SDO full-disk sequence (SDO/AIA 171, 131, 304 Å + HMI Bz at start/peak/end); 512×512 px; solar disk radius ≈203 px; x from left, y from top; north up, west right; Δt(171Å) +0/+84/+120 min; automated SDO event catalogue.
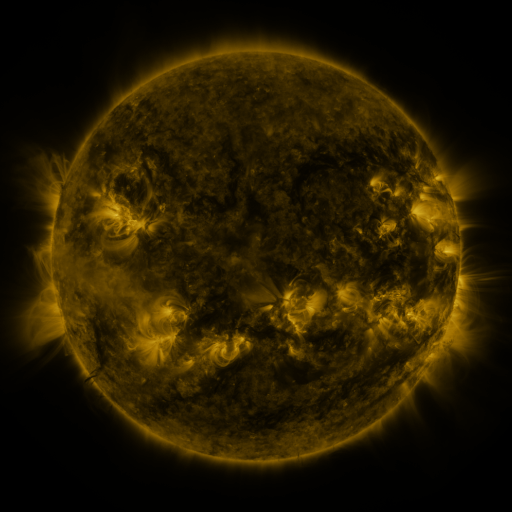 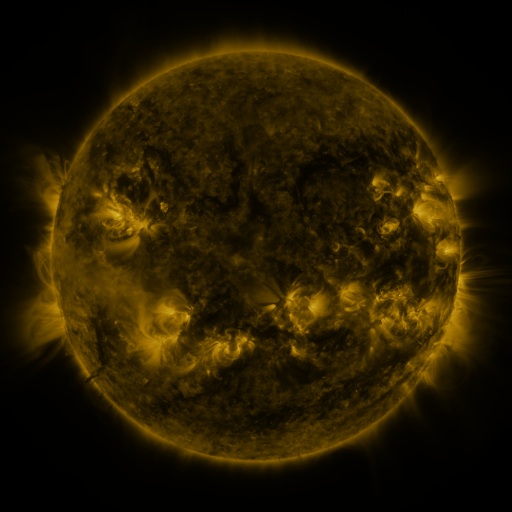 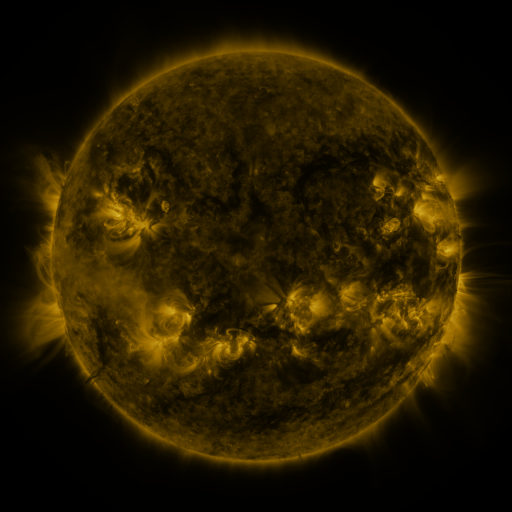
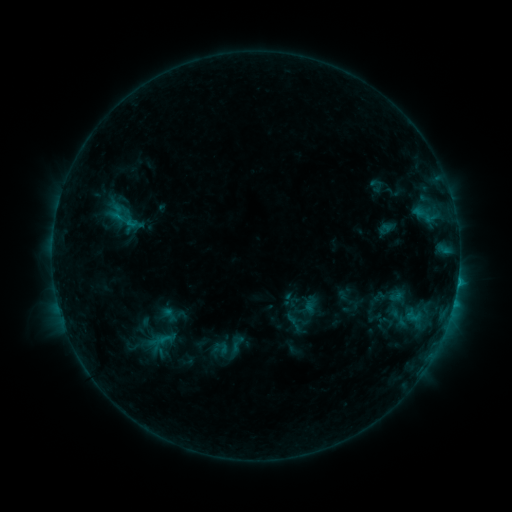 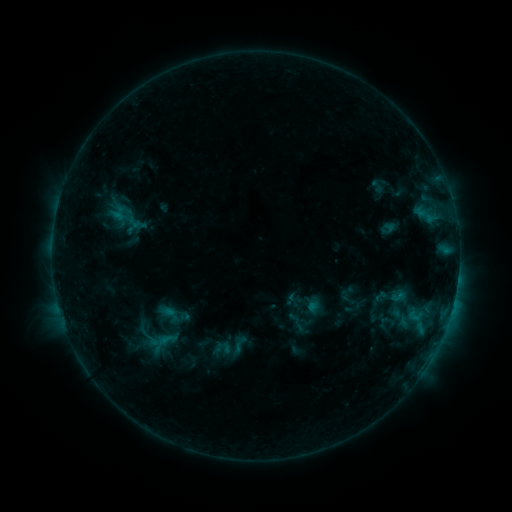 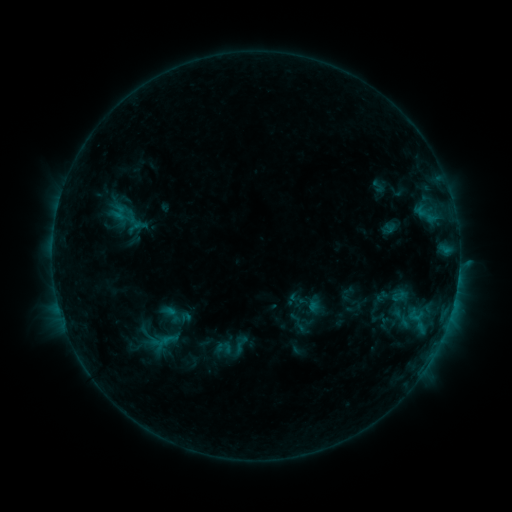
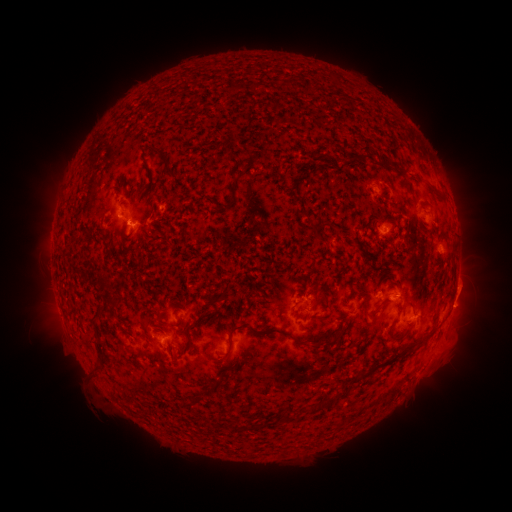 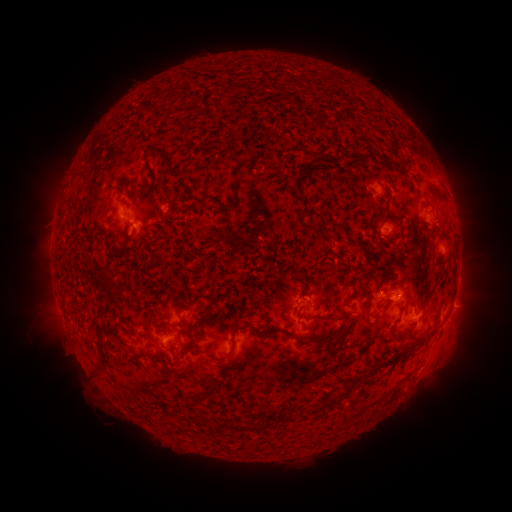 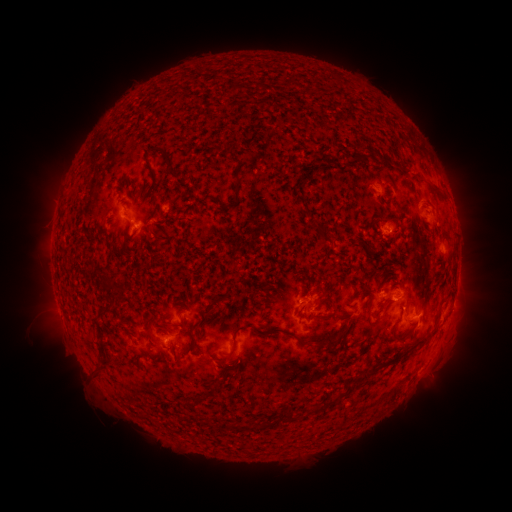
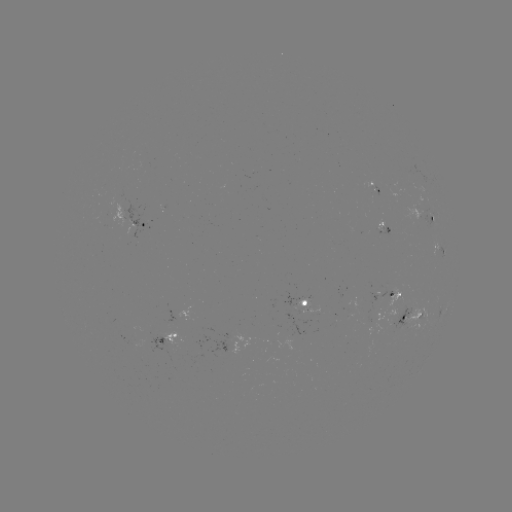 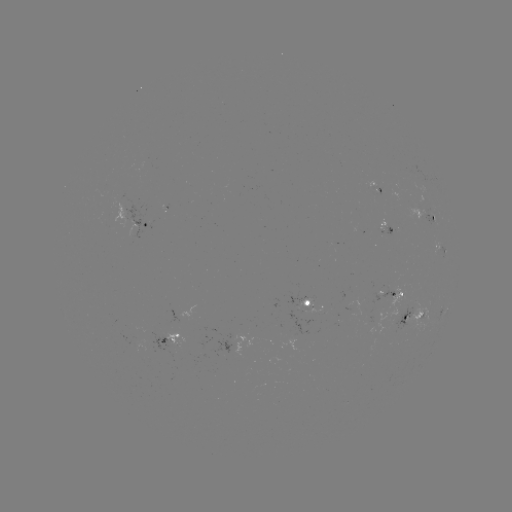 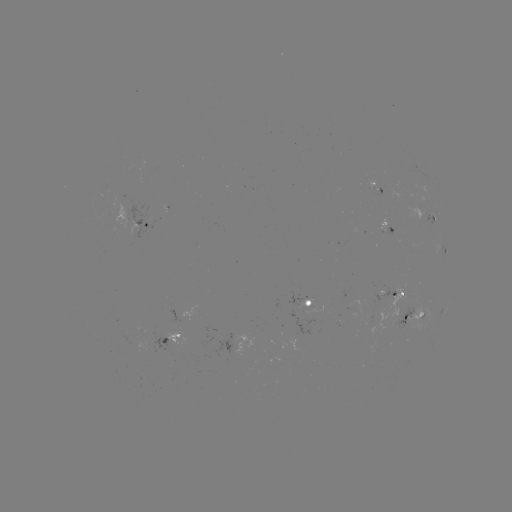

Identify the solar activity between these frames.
emerging-flux region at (315, 312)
